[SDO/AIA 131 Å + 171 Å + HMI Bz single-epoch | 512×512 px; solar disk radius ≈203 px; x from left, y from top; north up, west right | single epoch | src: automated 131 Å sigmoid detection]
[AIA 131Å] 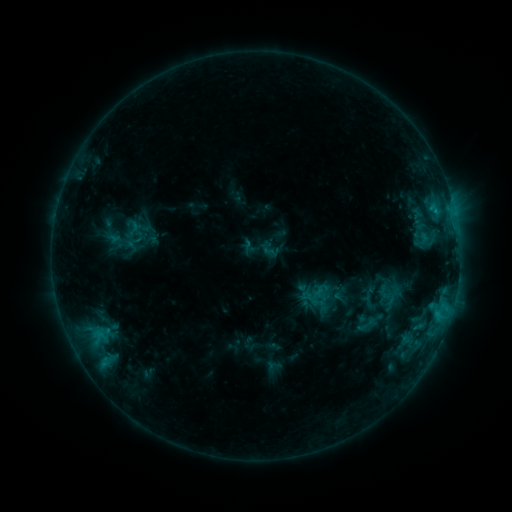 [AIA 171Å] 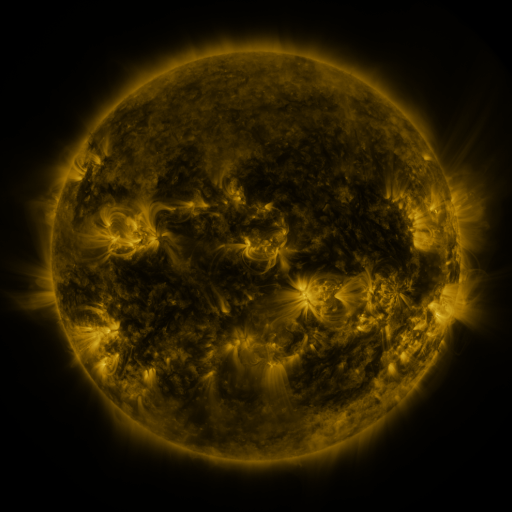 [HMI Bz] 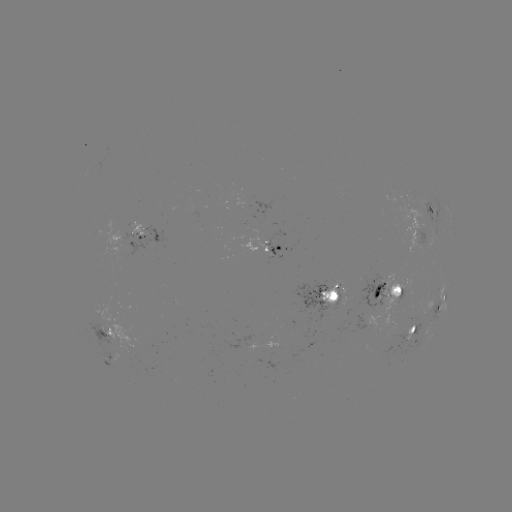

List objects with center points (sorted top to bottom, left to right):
sigmoid: <bbox>125, 232, 143, 252</bbox>
